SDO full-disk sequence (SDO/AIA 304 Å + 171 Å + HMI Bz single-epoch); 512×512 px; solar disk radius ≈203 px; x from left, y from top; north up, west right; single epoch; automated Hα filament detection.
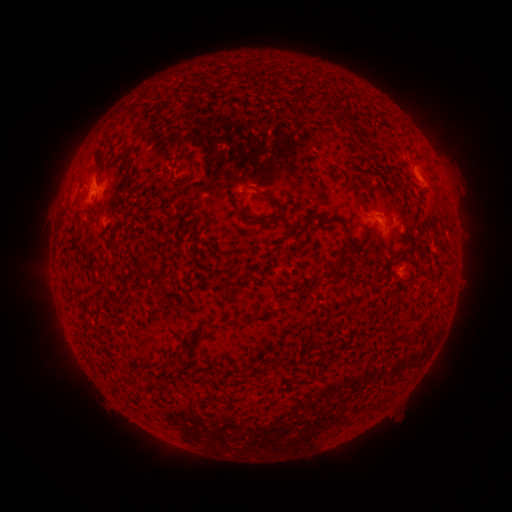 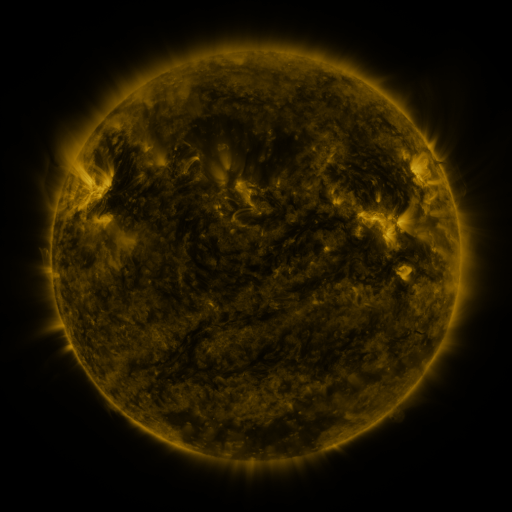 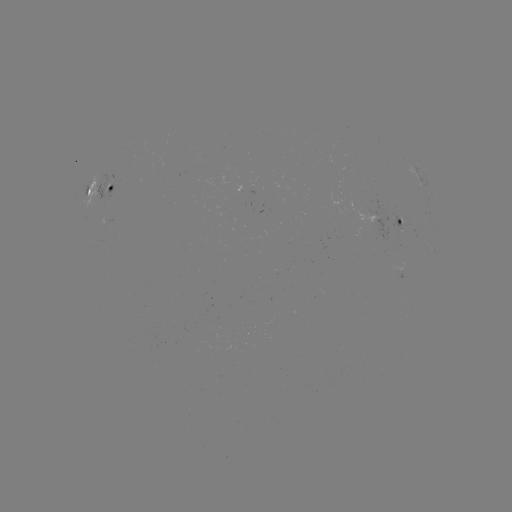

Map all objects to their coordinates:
filament: [351, 182, 369, 210]
filament: [258, 191, 284, 213]
filament: [74, 194, 80, 206]
filament: [237, 212, 255, 222]
filament: [313, 212, 357, 247]
filament: [396, 253, 408, 260]
filament: [123, 270, 136, 285]
filament: [153, 275, 165, 287]
filament: [111, 295, 125, 304]
filament: [204, 316, 252, 331]
filament: [413, 327, 428, 337]
filament: [183, 329, 204, 350]
filament: [401, 334, 415, 342]
filament: [263, 350, 289, 374]
filament: [161, 360, 171, 368]
filament: [240, 368, 248, 379]
